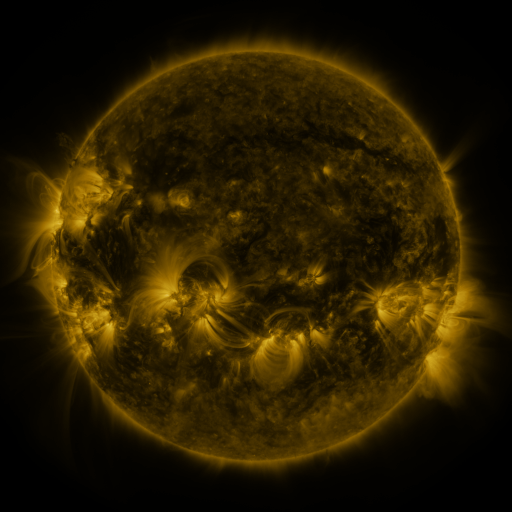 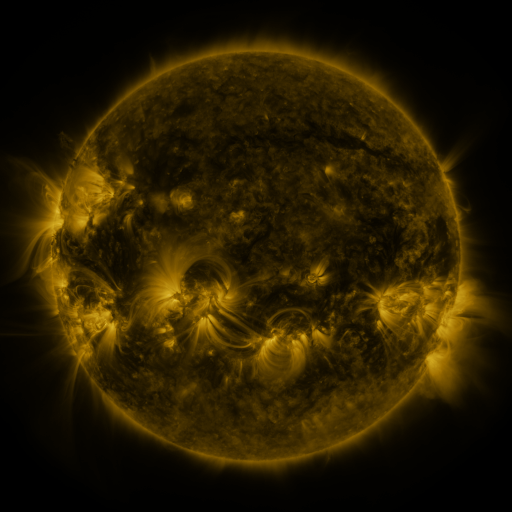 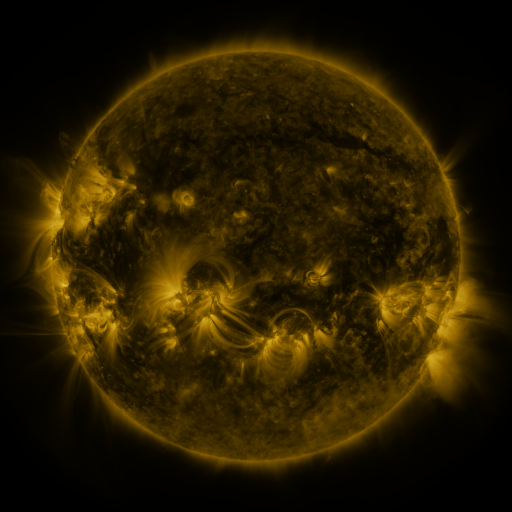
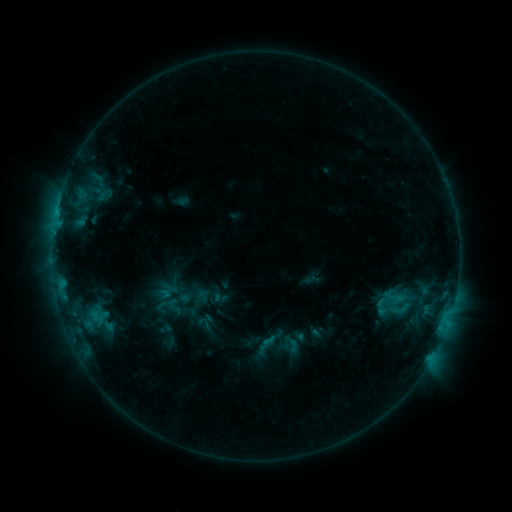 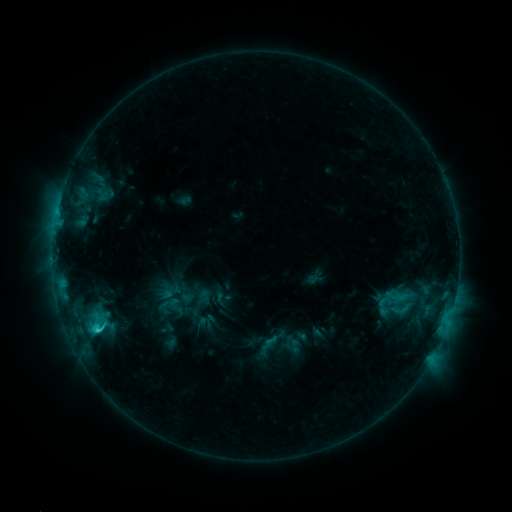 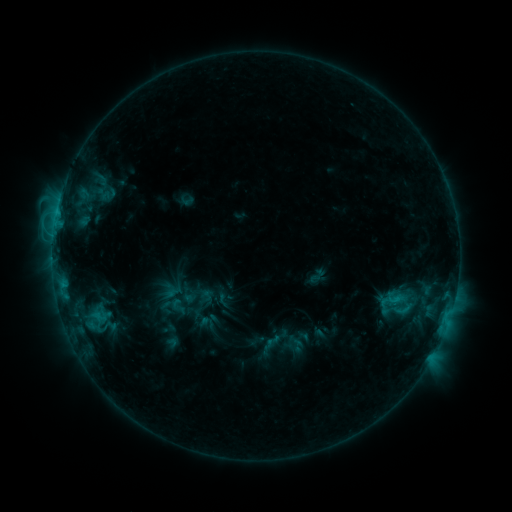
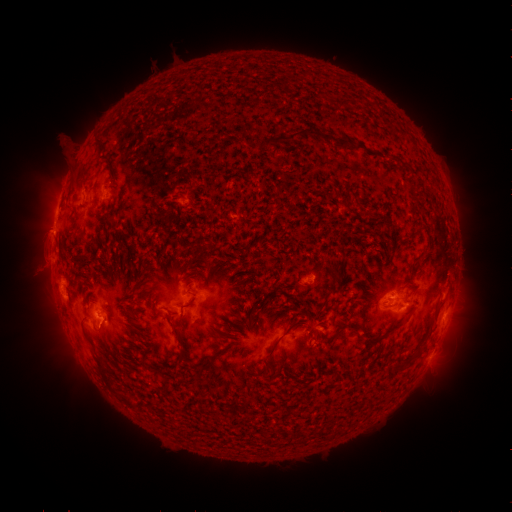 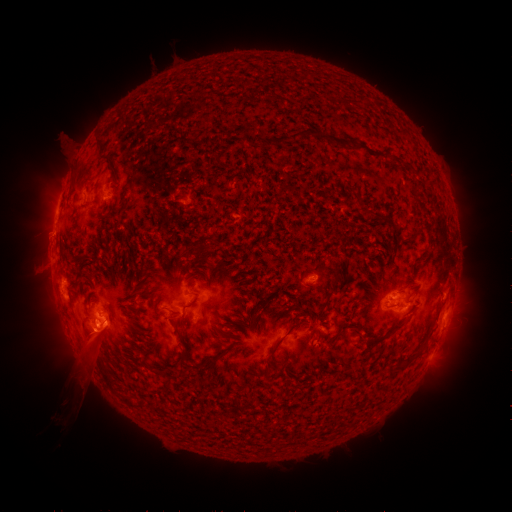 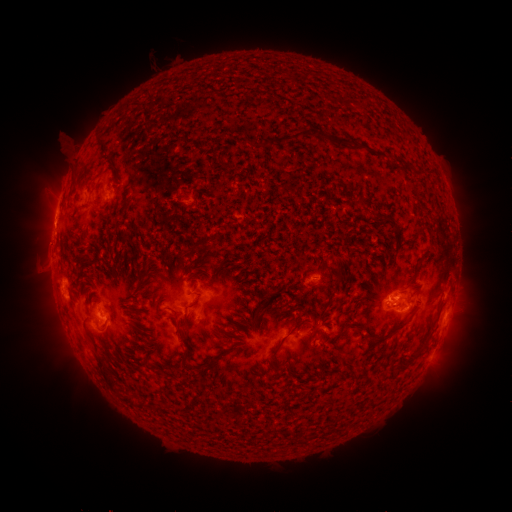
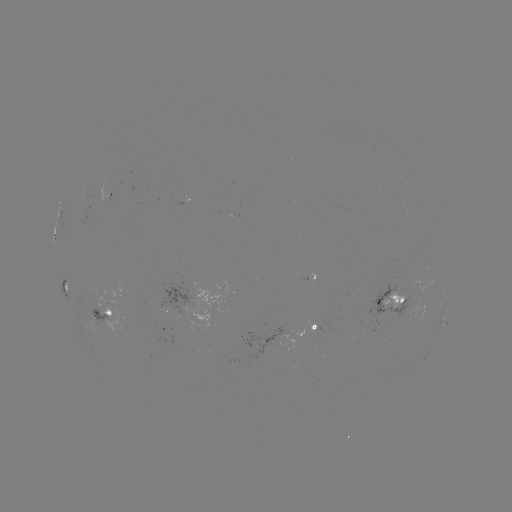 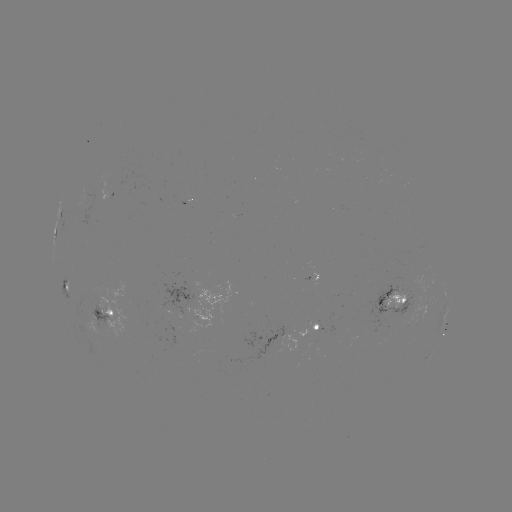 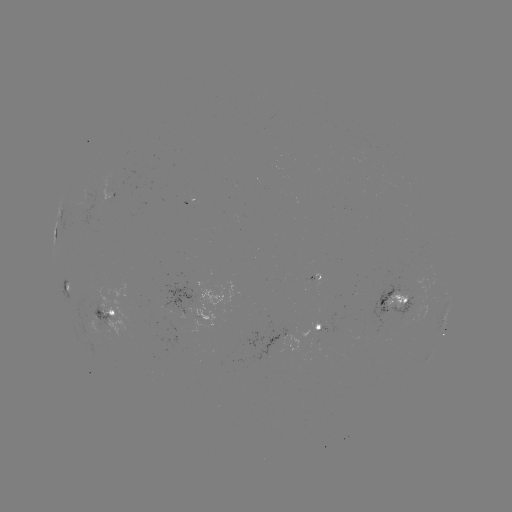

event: filament eruption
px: (79, 386)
